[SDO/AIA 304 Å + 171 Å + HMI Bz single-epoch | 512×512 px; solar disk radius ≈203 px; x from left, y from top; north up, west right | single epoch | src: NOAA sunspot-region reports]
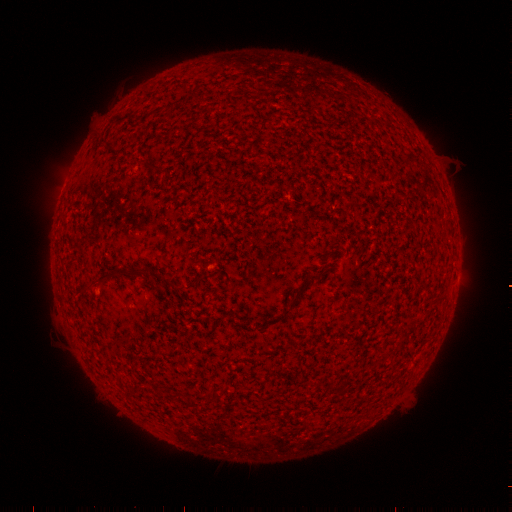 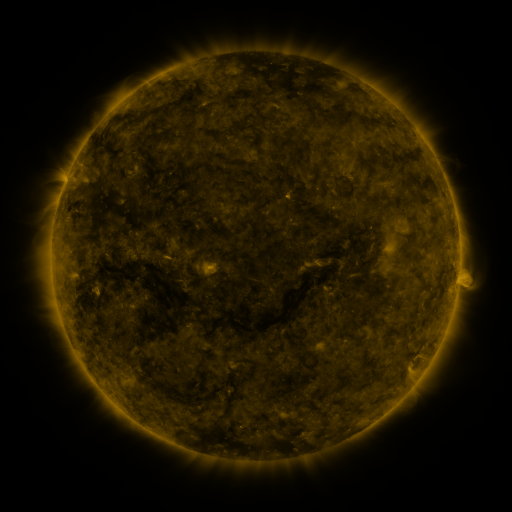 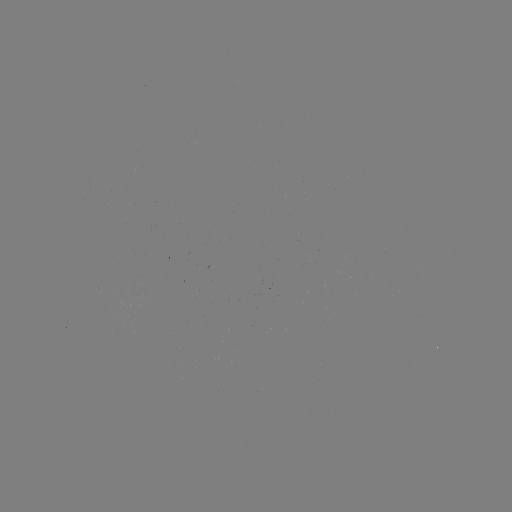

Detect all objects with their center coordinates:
(none)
